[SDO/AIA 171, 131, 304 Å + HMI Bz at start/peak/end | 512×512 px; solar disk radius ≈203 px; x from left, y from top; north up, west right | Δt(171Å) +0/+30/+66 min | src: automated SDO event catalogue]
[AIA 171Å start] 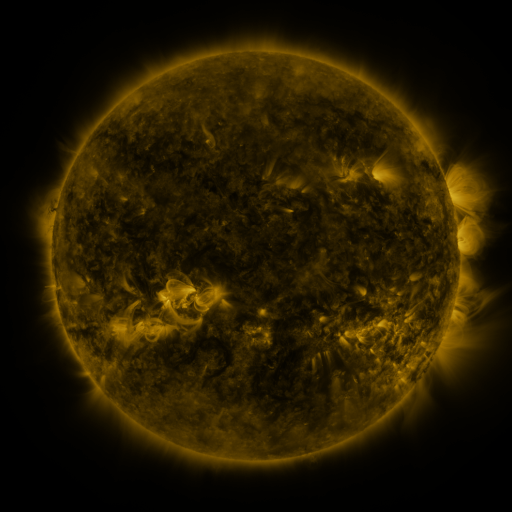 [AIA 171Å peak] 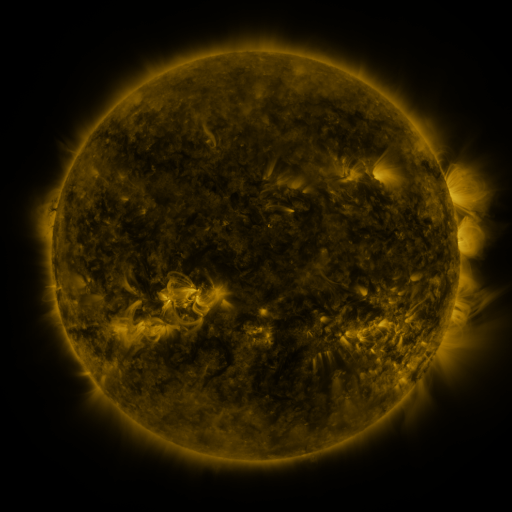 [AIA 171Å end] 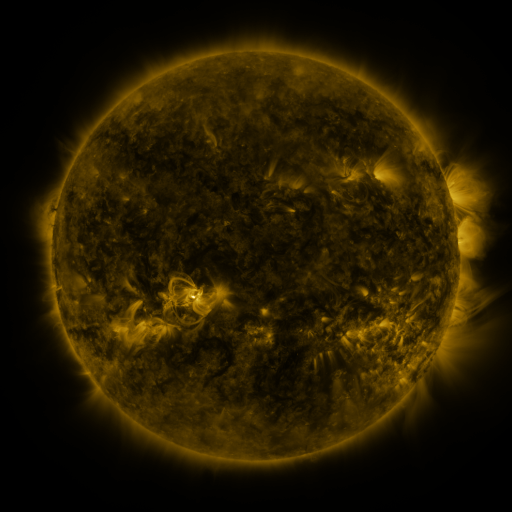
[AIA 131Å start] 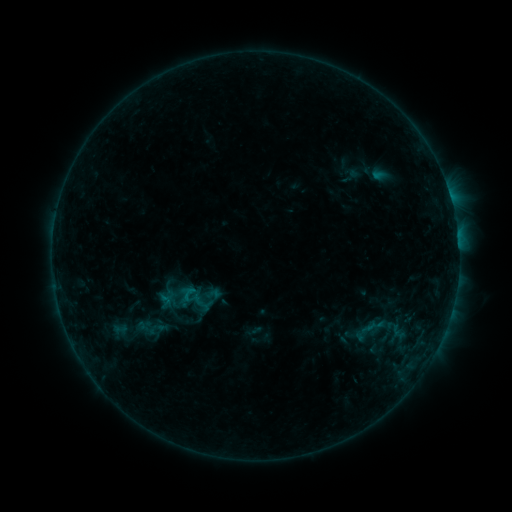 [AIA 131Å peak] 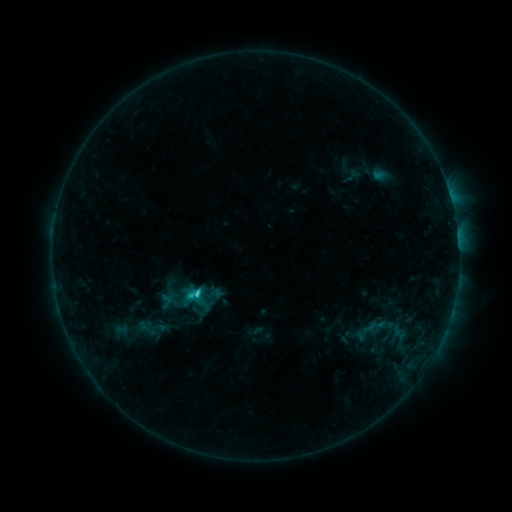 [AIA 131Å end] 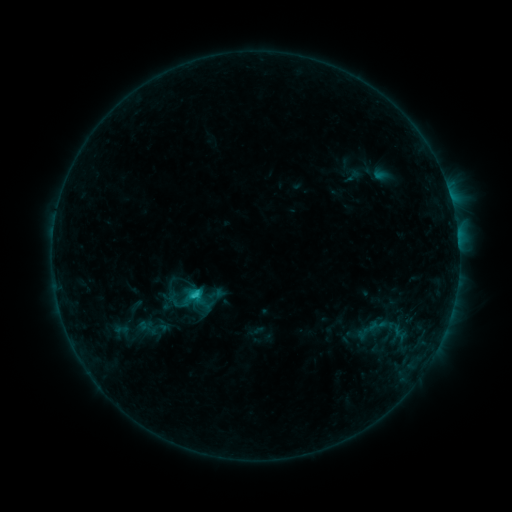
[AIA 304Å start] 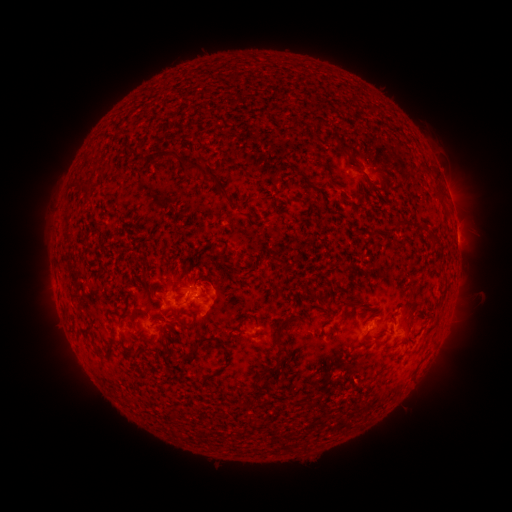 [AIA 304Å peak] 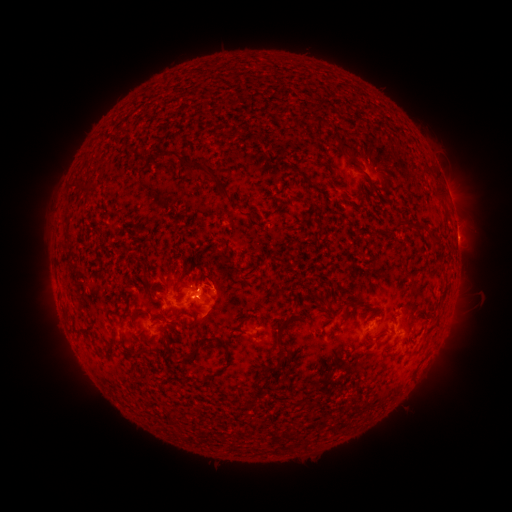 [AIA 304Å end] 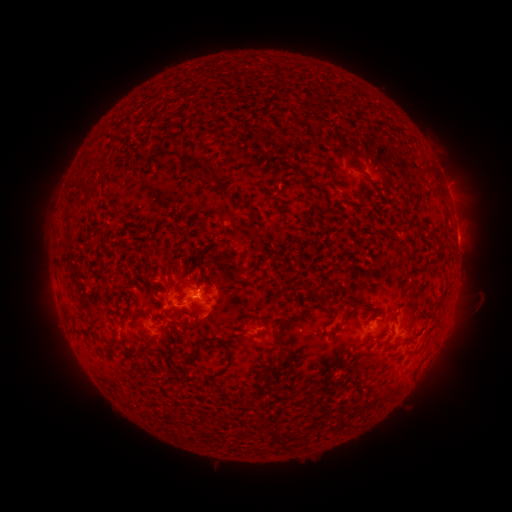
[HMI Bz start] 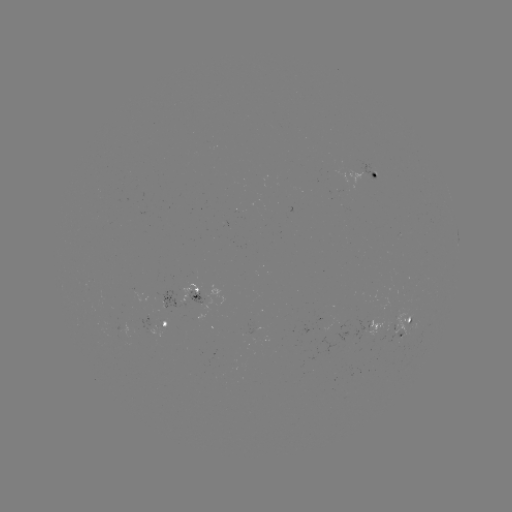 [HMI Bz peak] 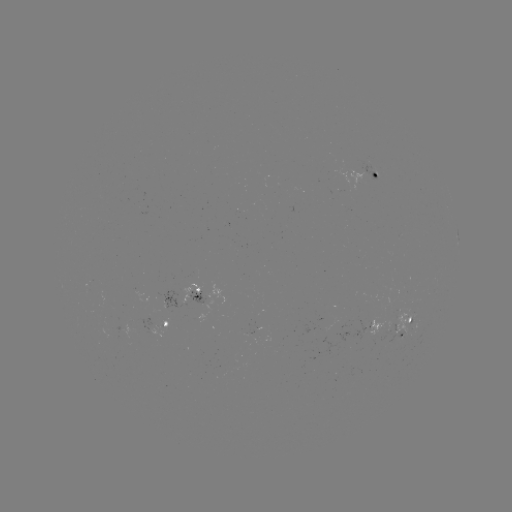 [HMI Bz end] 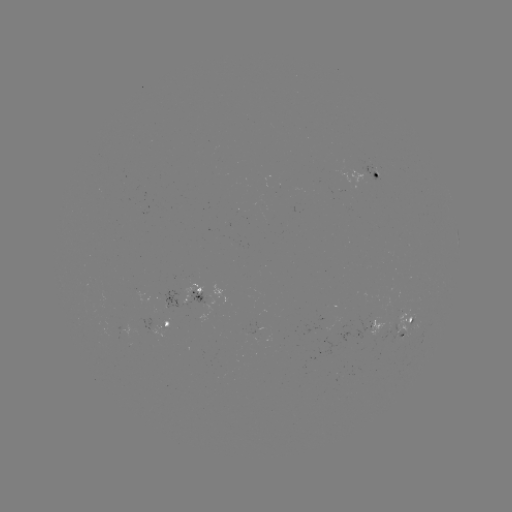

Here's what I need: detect C1.6 flare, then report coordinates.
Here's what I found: C1.6 flare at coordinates [197, 293].